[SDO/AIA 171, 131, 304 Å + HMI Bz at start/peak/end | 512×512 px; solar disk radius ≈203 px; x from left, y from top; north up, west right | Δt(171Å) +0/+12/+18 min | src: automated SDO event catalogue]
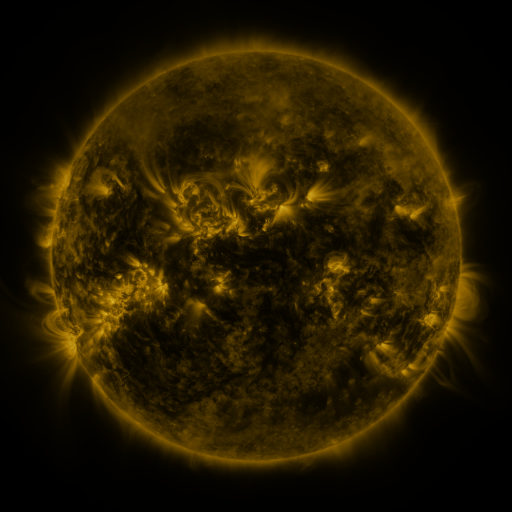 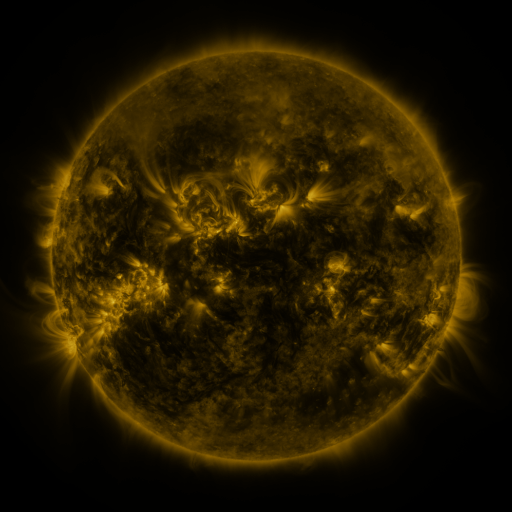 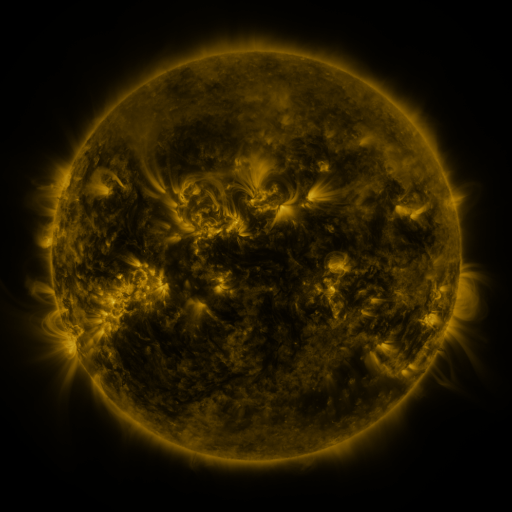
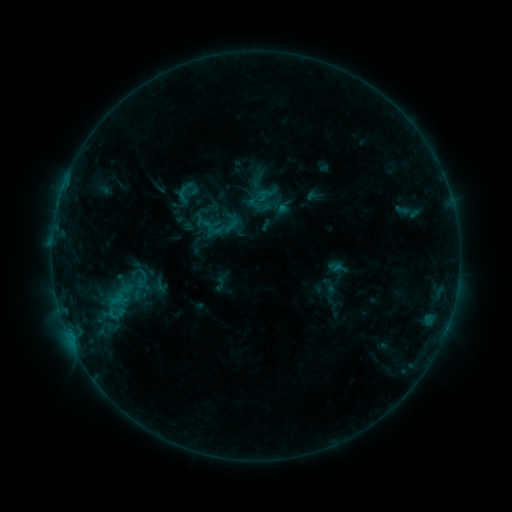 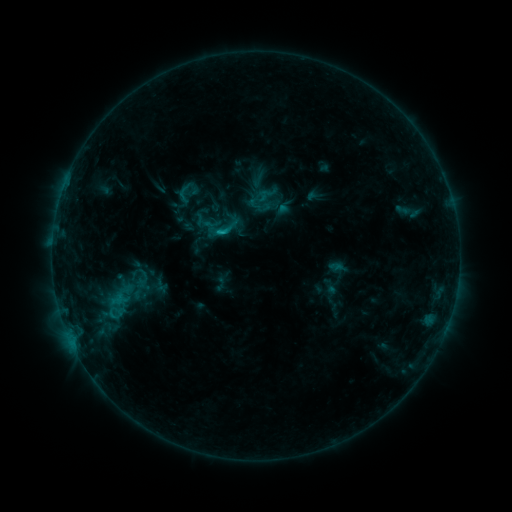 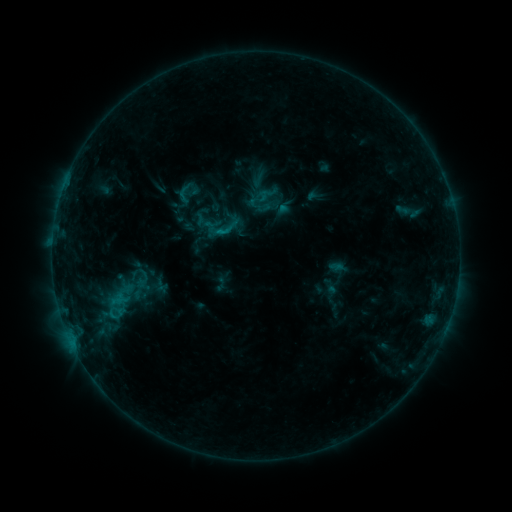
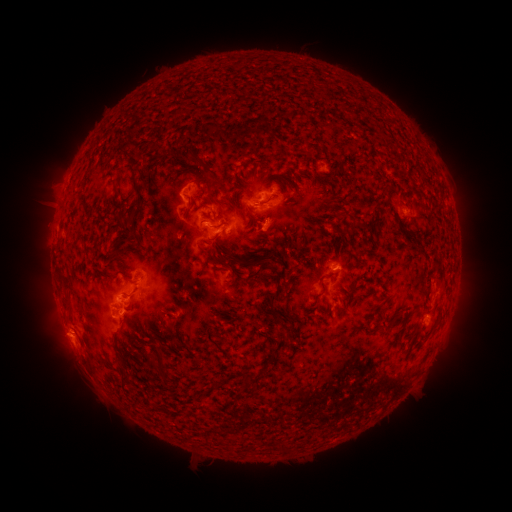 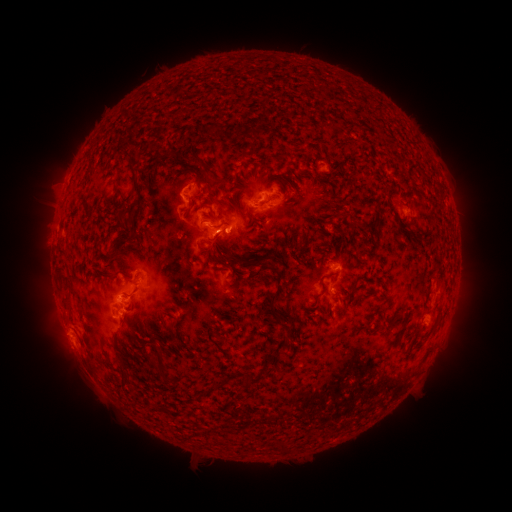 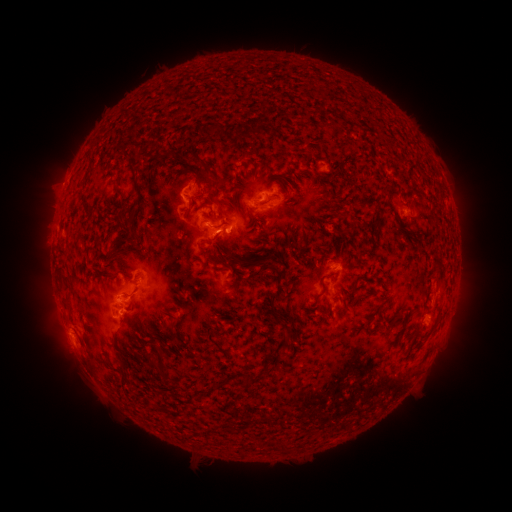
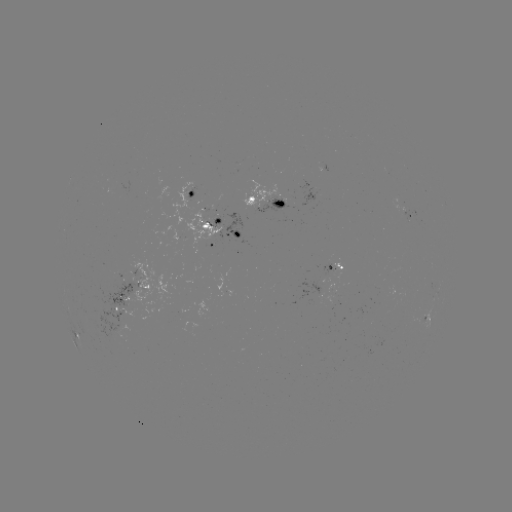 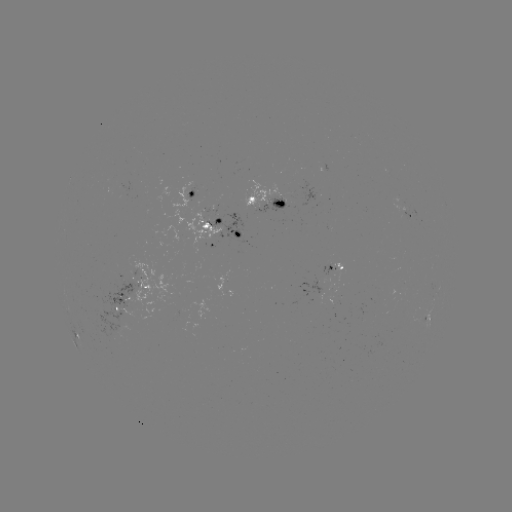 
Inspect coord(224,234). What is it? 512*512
C1.2 flare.